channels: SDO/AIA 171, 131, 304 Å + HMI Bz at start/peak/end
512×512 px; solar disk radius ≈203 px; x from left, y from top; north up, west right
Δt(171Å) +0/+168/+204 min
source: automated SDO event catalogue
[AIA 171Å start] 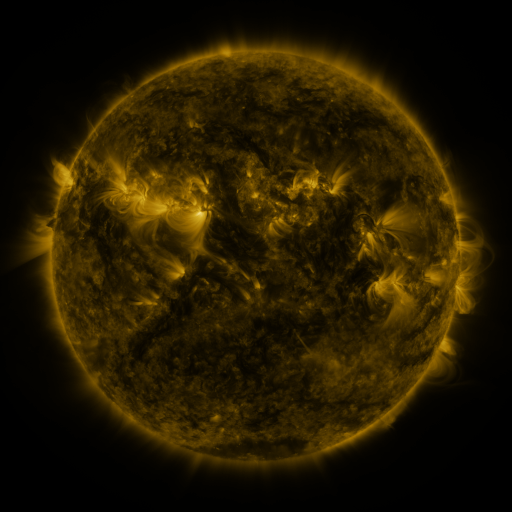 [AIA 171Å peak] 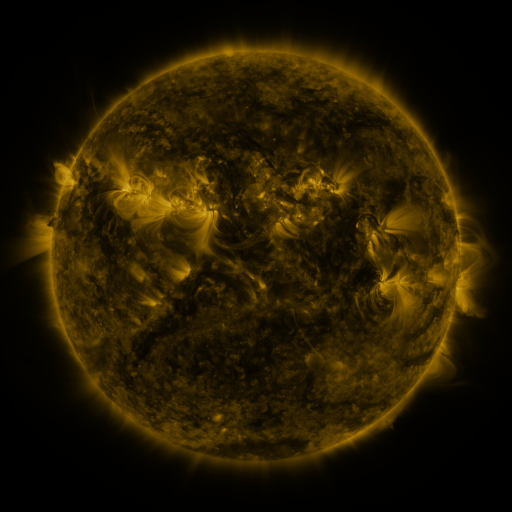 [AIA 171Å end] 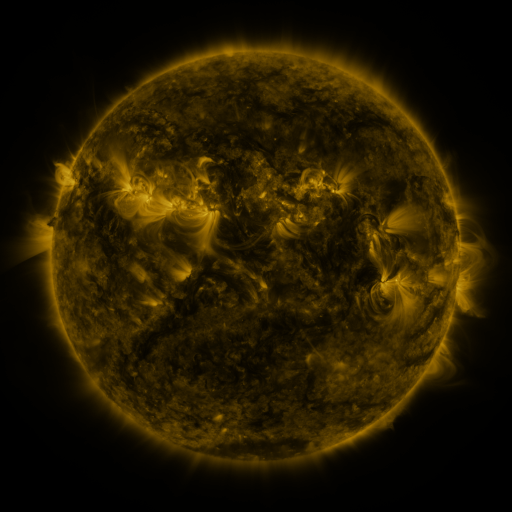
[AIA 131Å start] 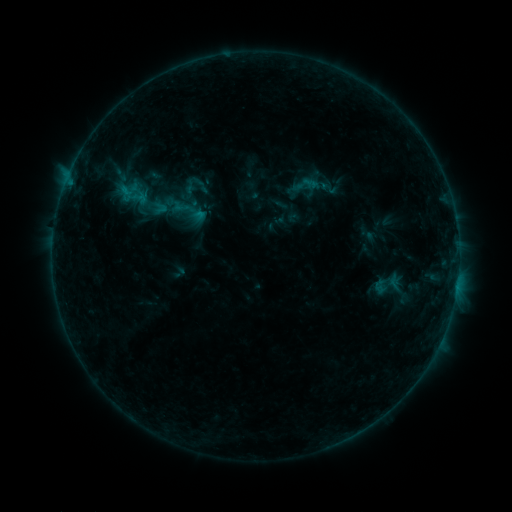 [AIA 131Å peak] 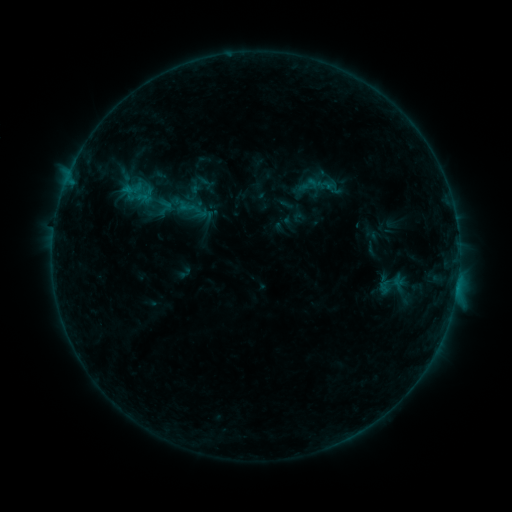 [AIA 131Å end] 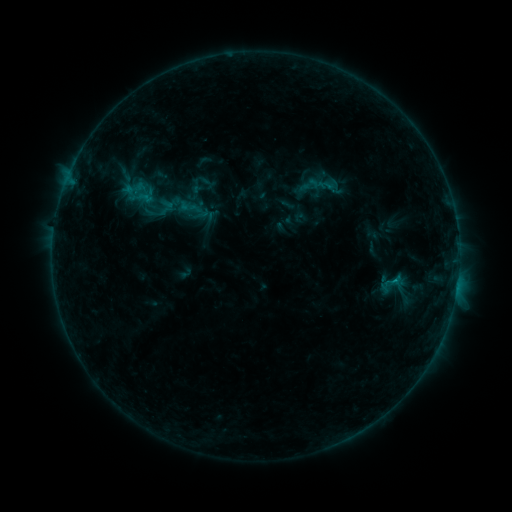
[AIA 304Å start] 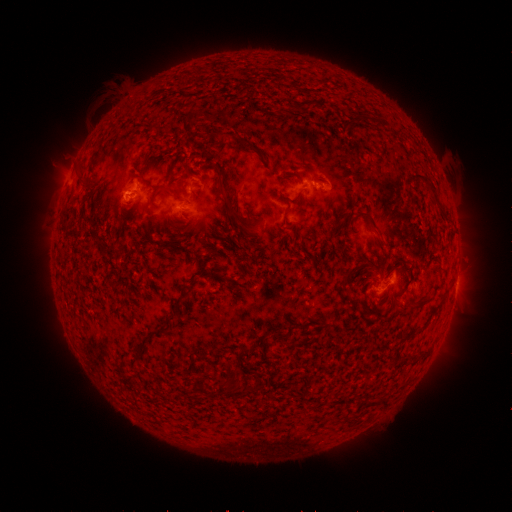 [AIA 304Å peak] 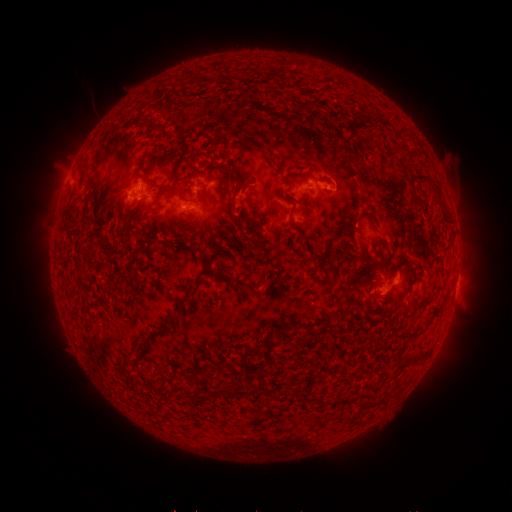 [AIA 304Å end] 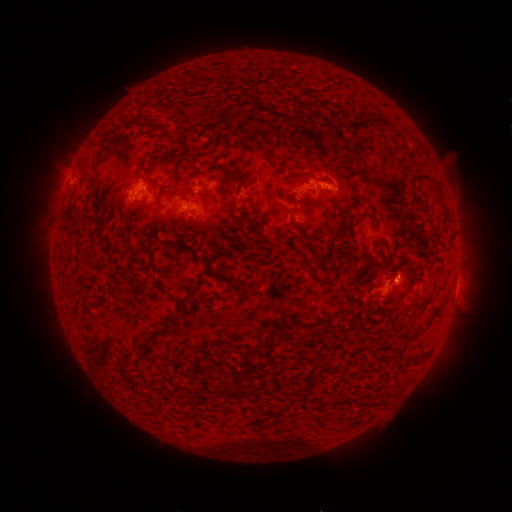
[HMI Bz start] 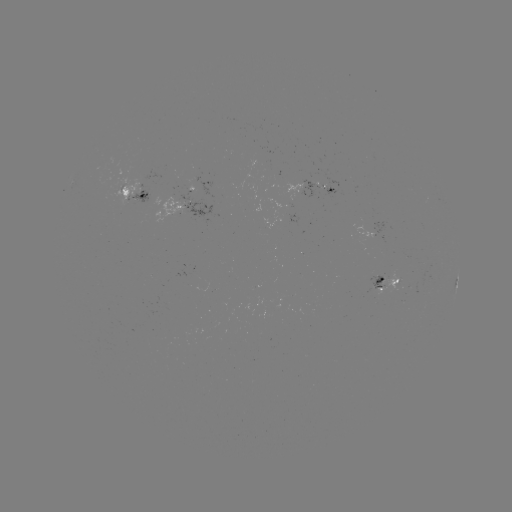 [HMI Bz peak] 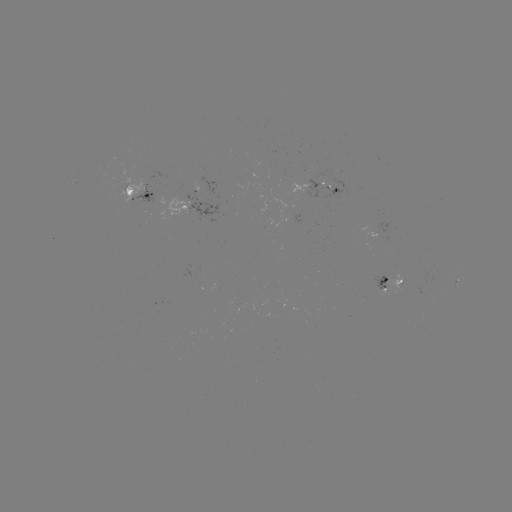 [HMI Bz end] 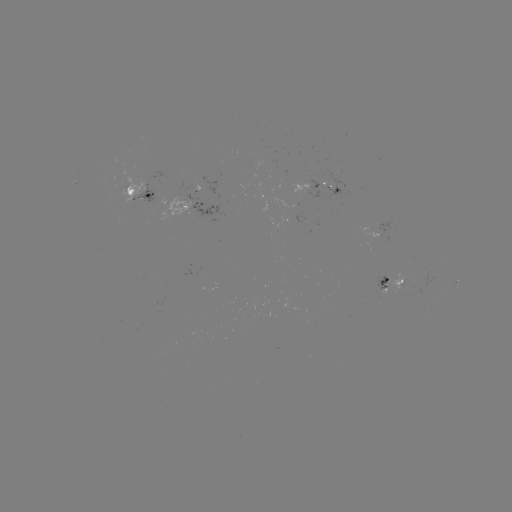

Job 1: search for emerging-flux region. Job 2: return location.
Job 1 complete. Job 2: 131,195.